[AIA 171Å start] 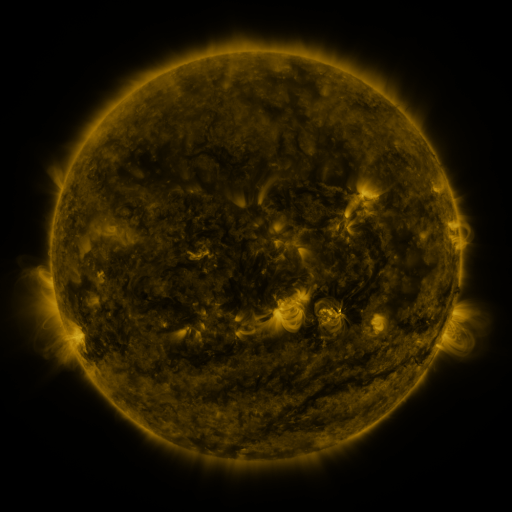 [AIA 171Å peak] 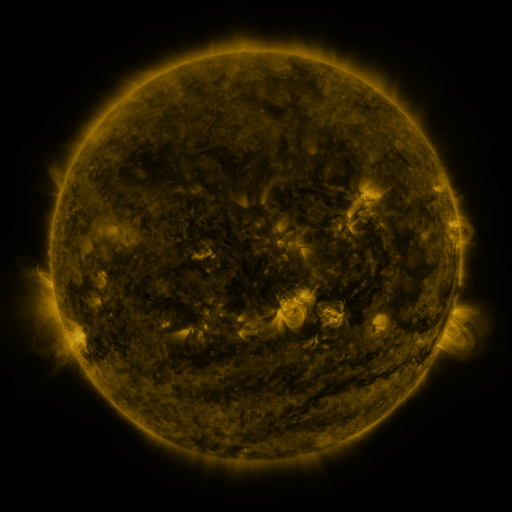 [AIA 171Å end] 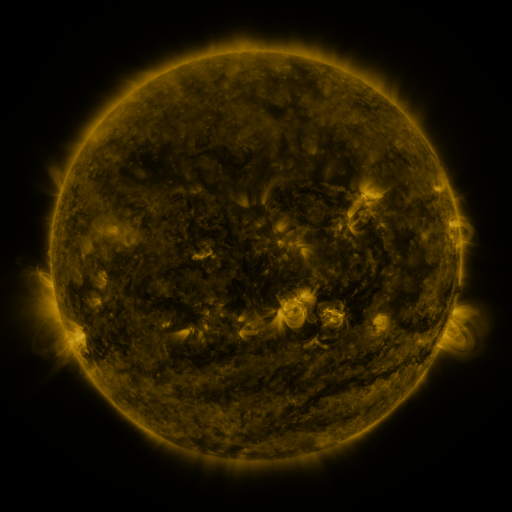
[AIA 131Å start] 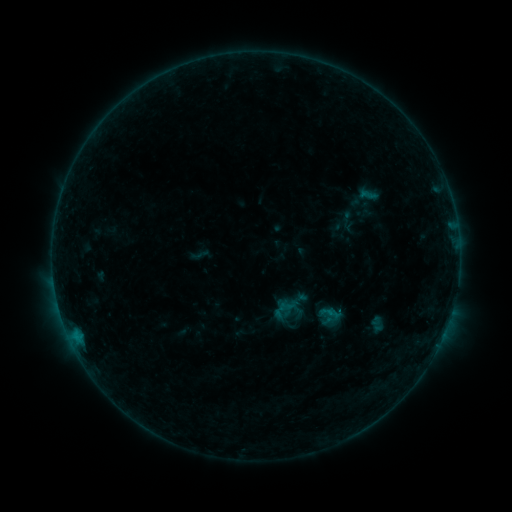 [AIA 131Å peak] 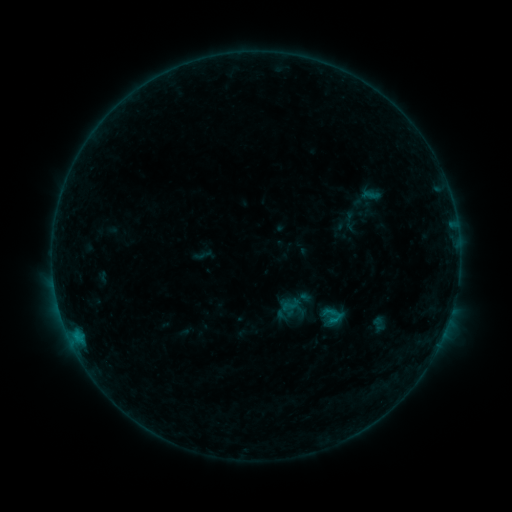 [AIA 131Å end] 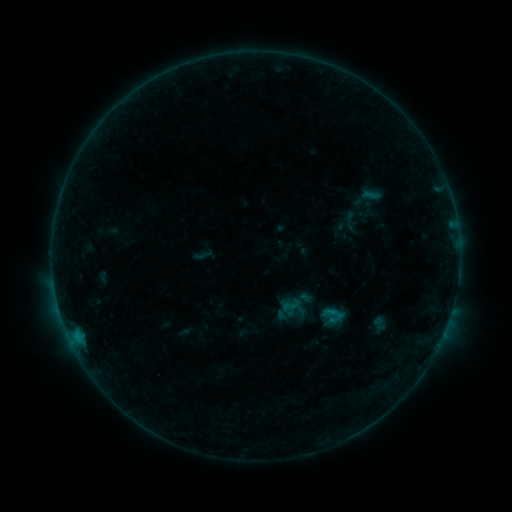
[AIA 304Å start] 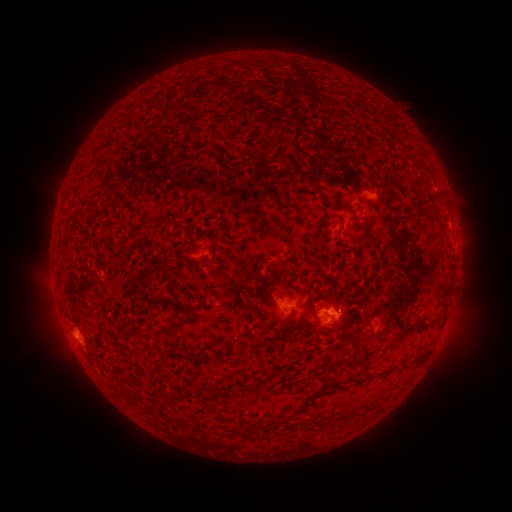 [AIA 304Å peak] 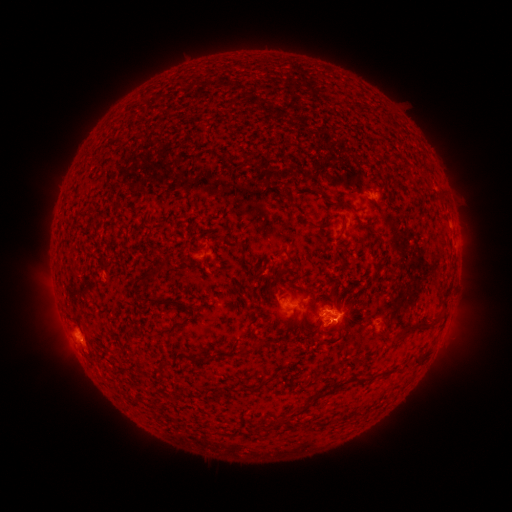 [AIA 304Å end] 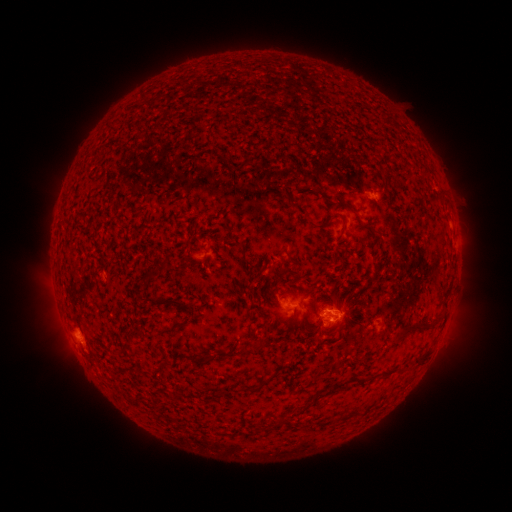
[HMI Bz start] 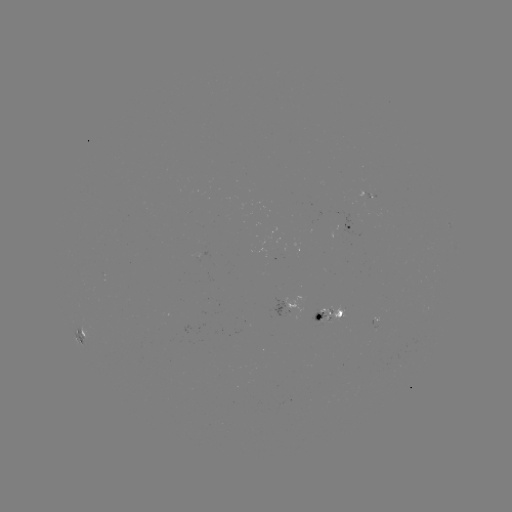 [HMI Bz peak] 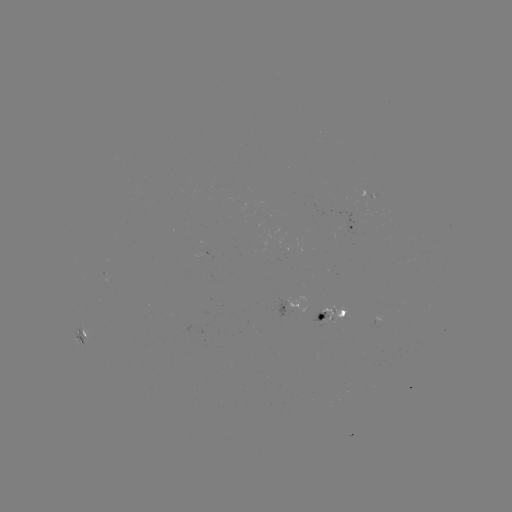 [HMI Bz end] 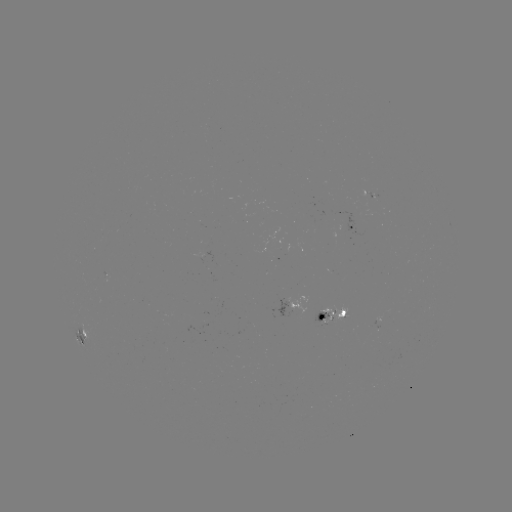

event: emerging-flux region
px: (335, 312)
